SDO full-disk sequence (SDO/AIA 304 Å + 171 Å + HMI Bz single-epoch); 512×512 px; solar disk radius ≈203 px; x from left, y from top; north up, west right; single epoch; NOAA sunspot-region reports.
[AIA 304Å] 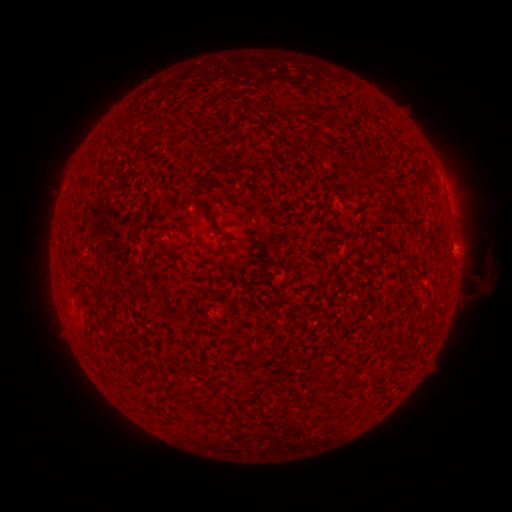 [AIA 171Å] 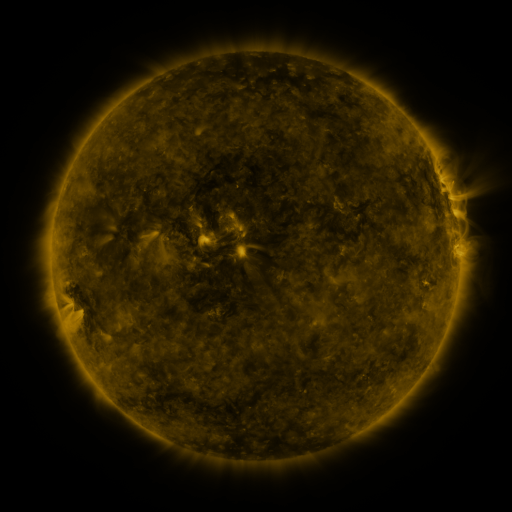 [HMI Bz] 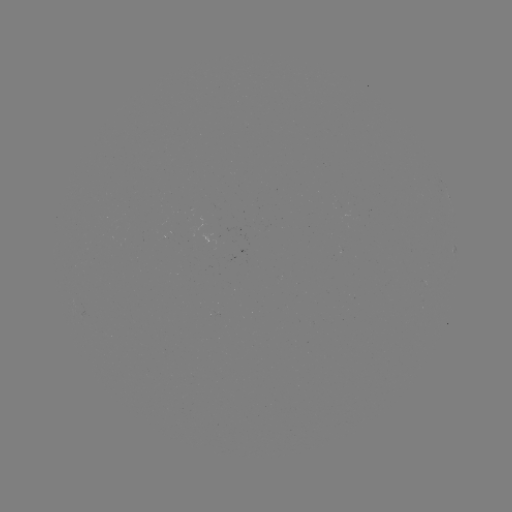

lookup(spotted active region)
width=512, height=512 [448, 194]